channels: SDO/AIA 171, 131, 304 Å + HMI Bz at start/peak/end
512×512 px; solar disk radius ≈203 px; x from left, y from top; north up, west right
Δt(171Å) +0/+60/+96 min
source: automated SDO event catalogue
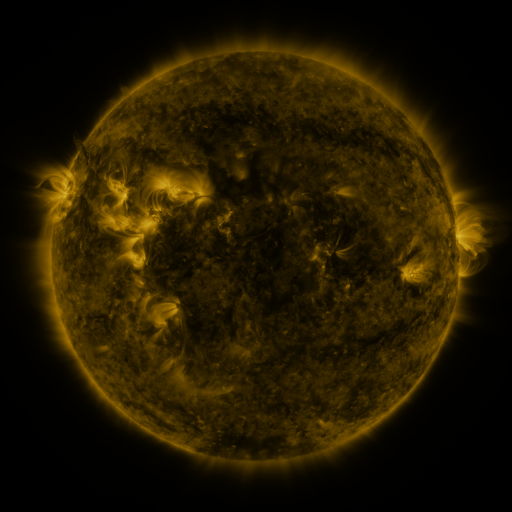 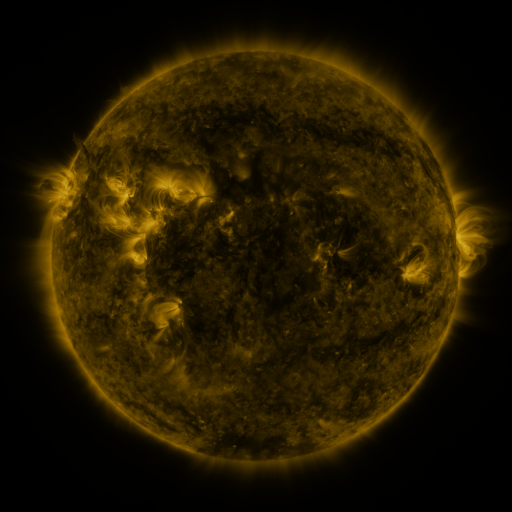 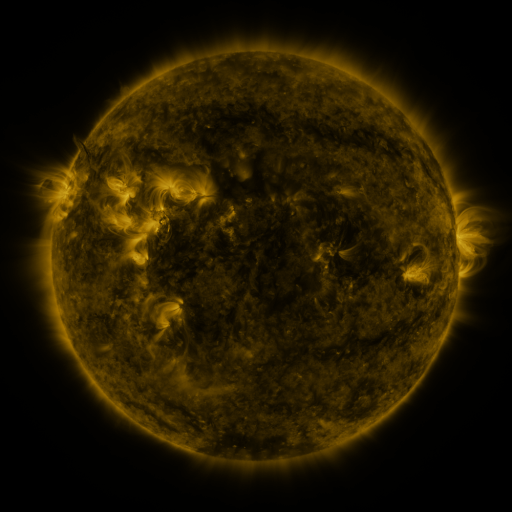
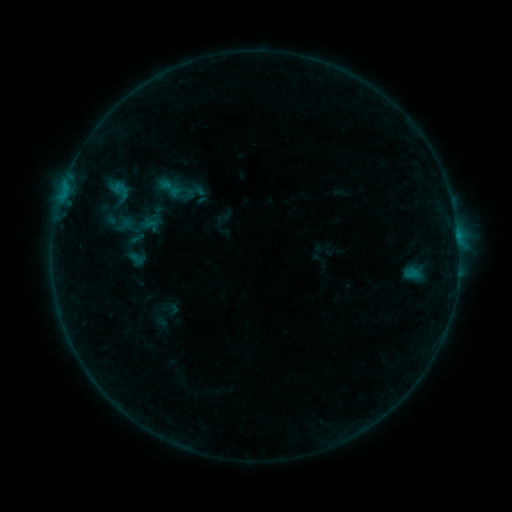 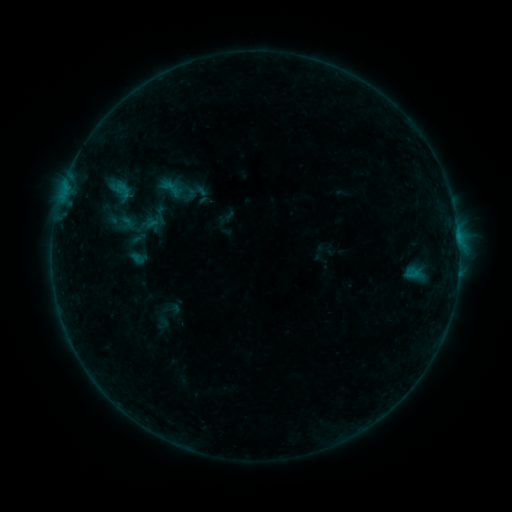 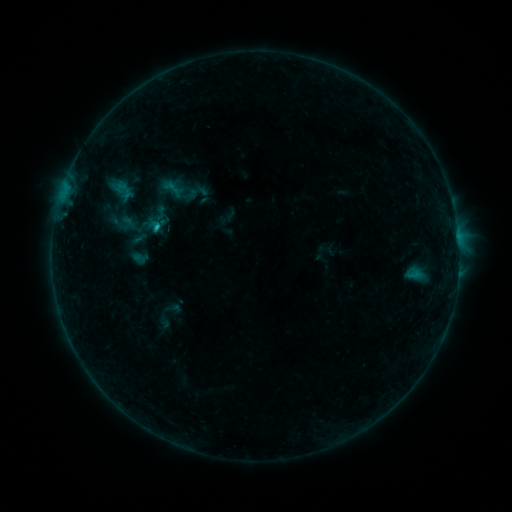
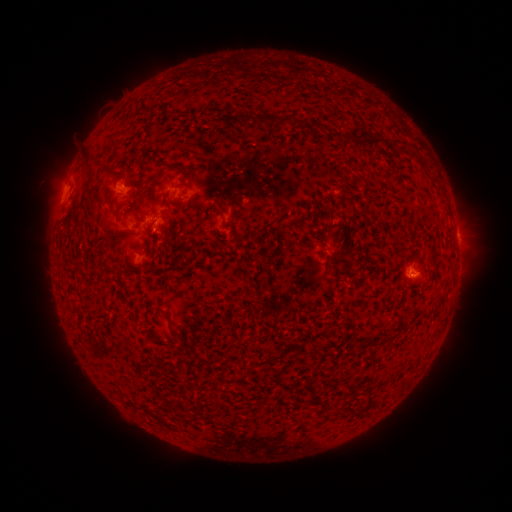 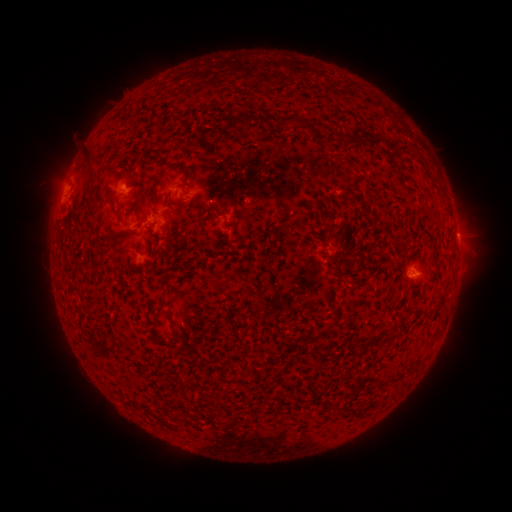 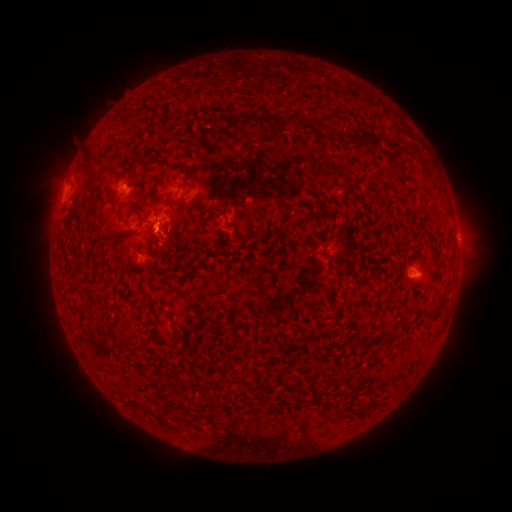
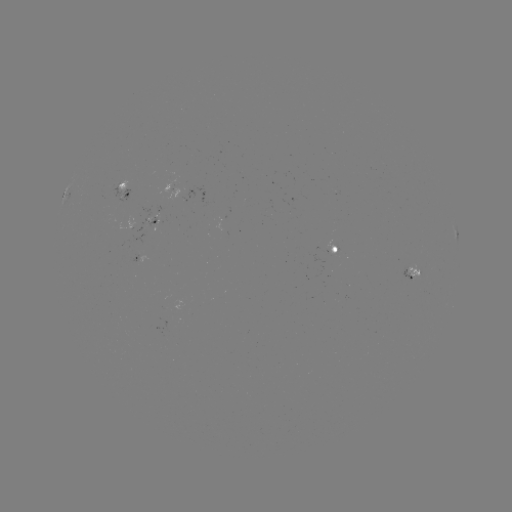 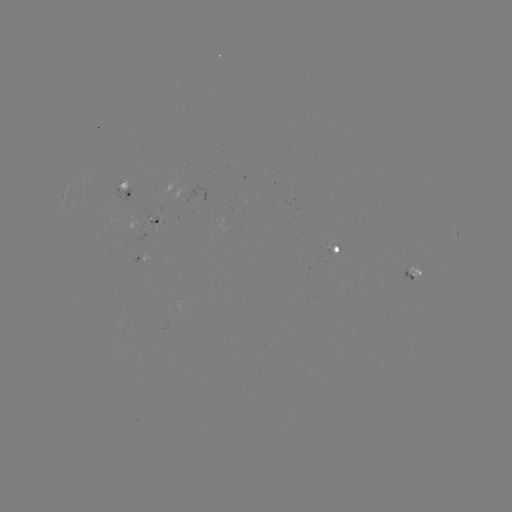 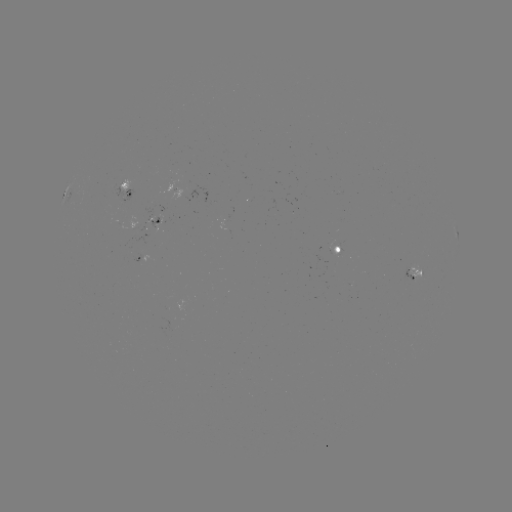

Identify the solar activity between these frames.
emerging-flux region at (412, 278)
